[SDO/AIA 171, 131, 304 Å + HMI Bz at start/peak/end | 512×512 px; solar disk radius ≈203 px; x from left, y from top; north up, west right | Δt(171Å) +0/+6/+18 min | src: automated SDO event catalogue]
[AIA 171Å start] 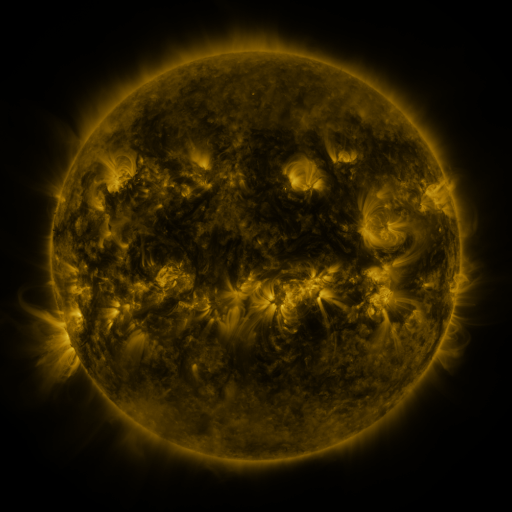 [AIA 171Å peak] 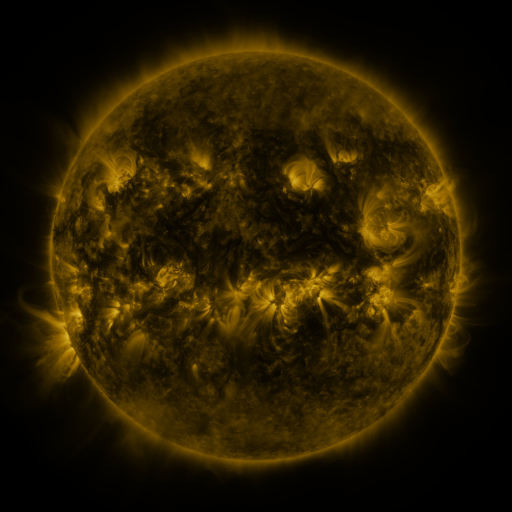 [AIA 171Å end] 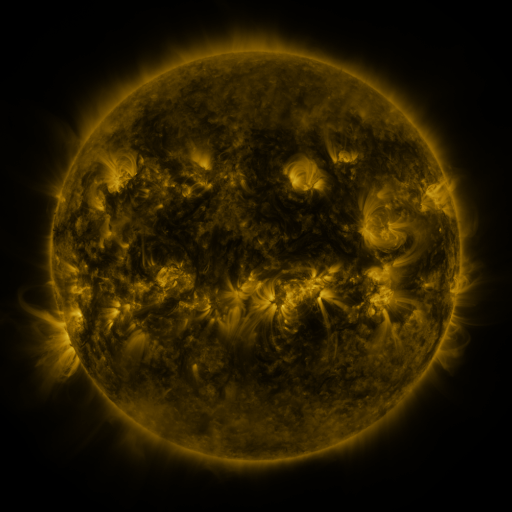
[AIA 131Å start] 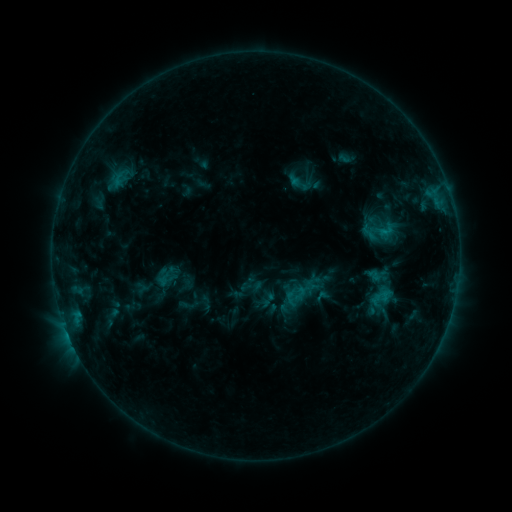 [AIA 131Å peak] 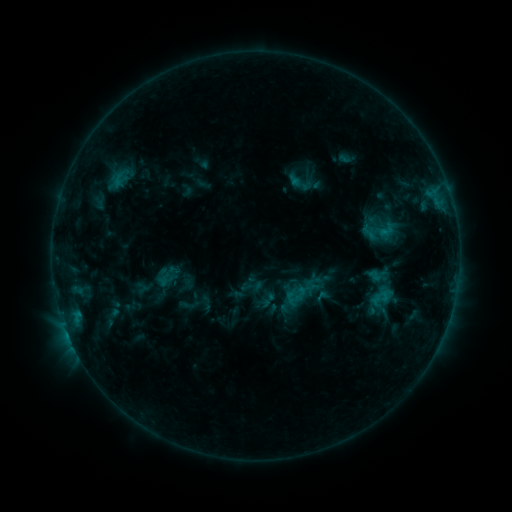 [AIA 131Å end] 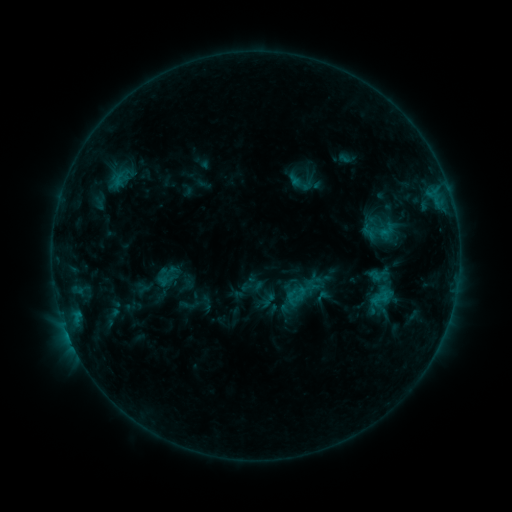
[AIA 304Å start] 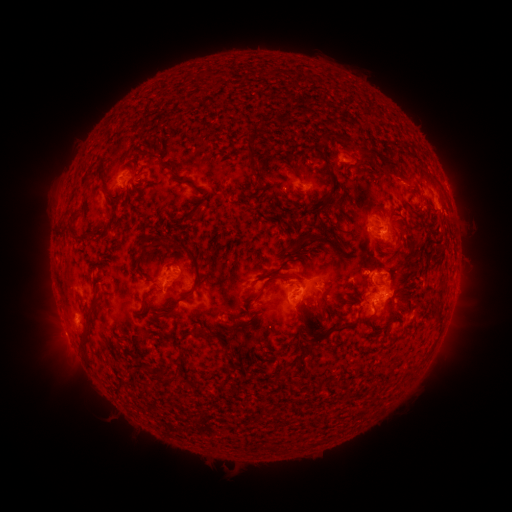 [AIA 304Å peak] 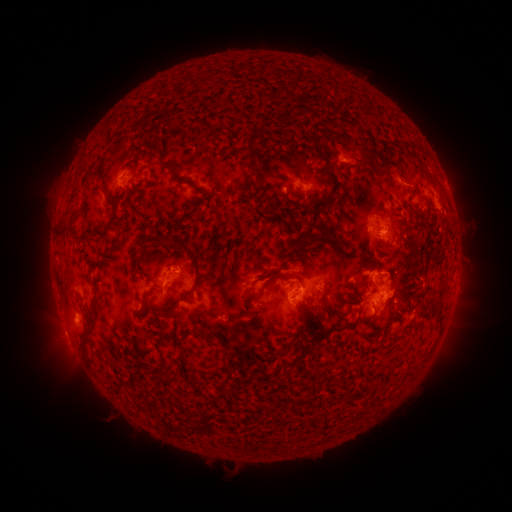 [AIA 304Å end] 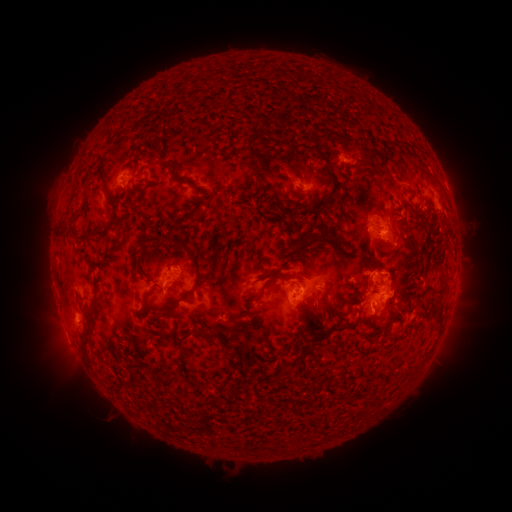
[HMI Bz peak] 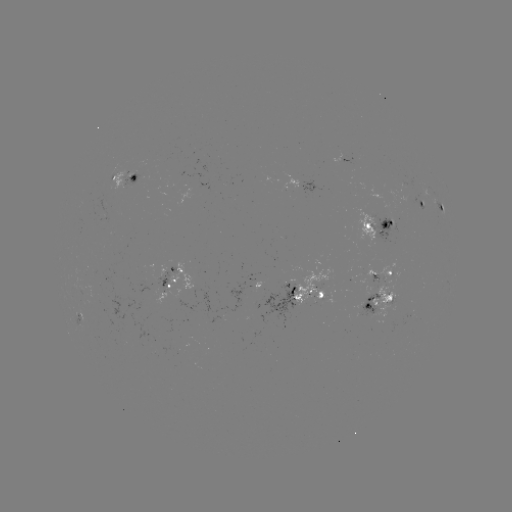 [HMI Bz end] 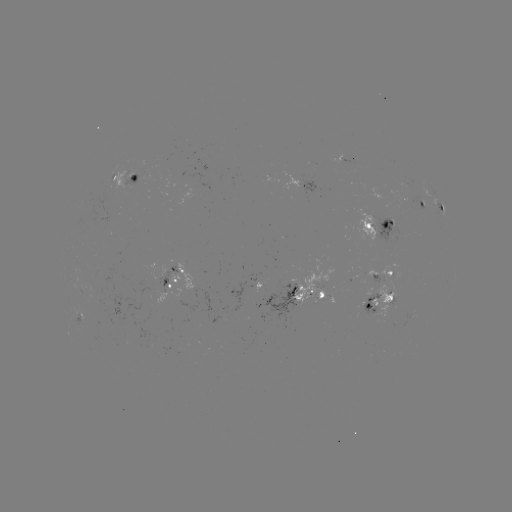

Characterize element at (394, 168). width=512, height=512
eruption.